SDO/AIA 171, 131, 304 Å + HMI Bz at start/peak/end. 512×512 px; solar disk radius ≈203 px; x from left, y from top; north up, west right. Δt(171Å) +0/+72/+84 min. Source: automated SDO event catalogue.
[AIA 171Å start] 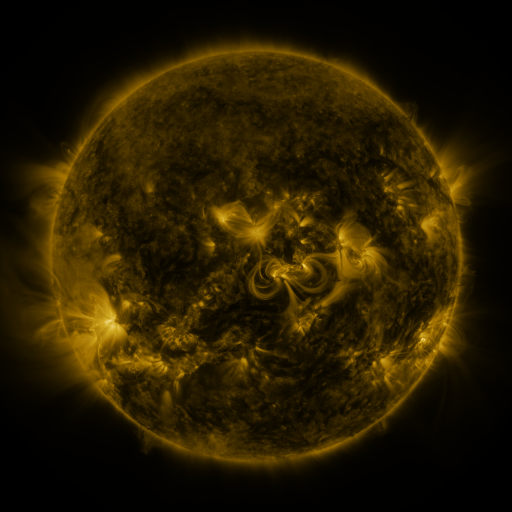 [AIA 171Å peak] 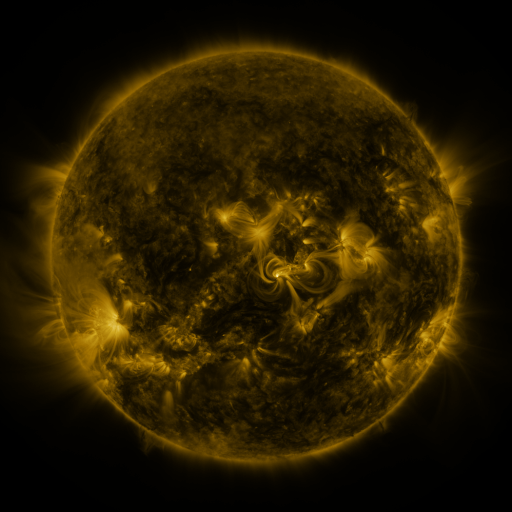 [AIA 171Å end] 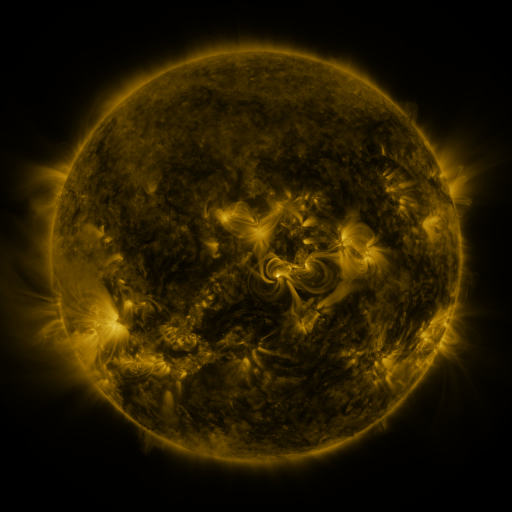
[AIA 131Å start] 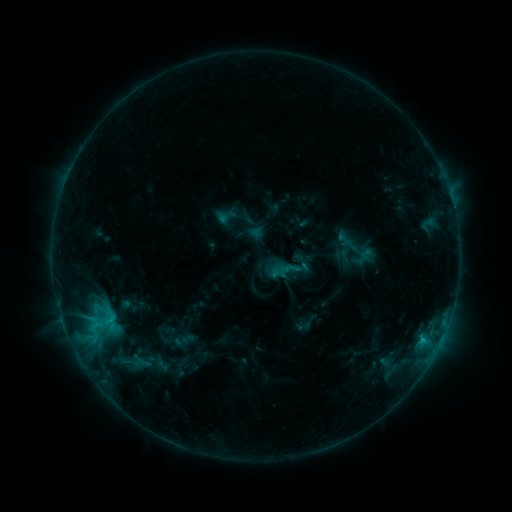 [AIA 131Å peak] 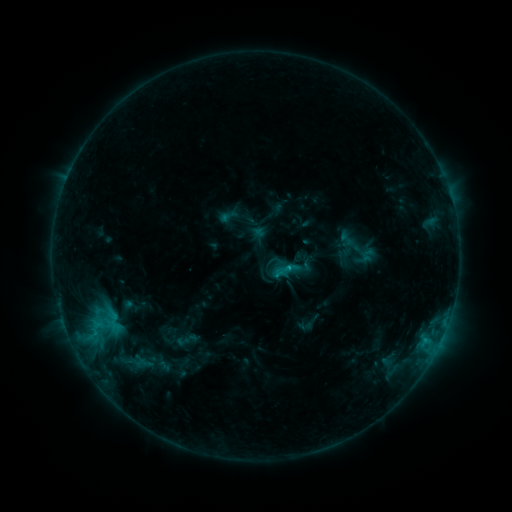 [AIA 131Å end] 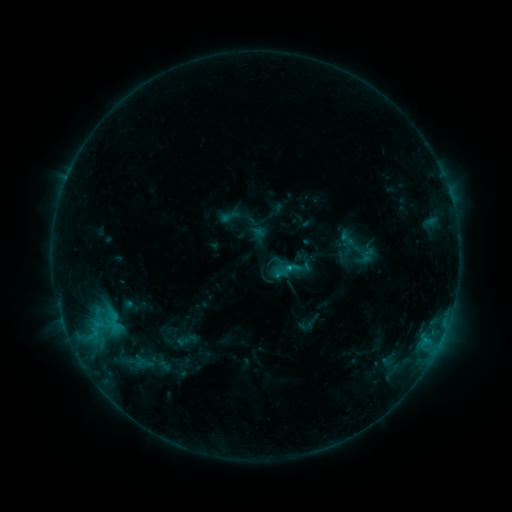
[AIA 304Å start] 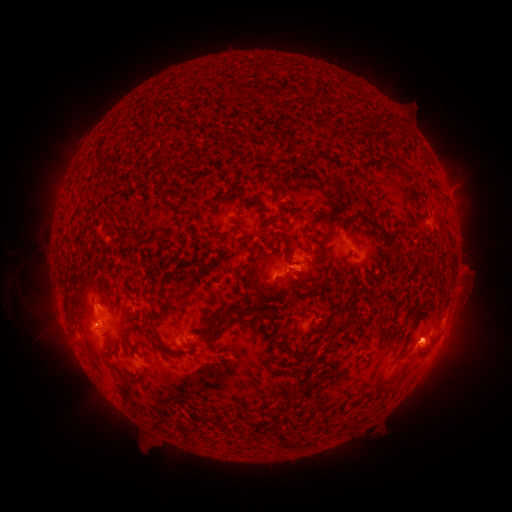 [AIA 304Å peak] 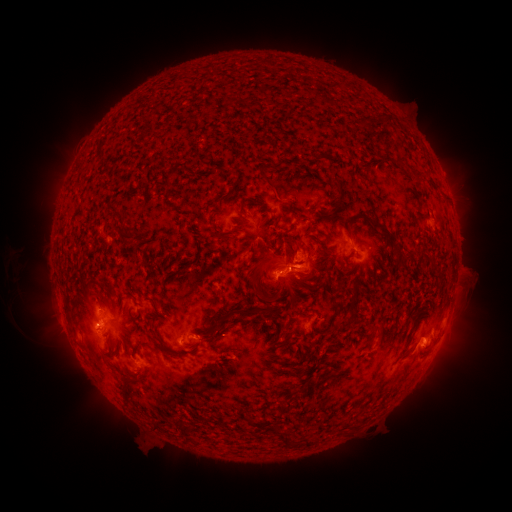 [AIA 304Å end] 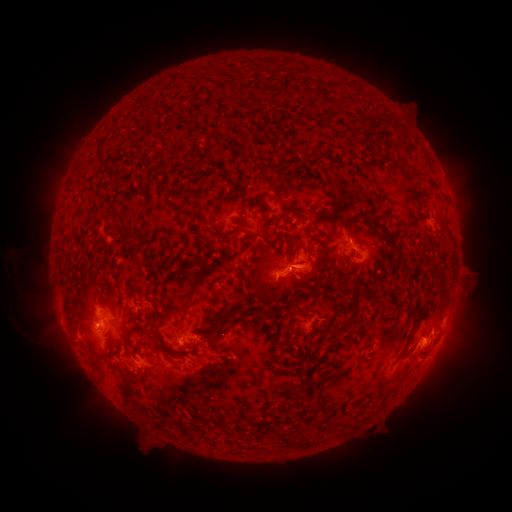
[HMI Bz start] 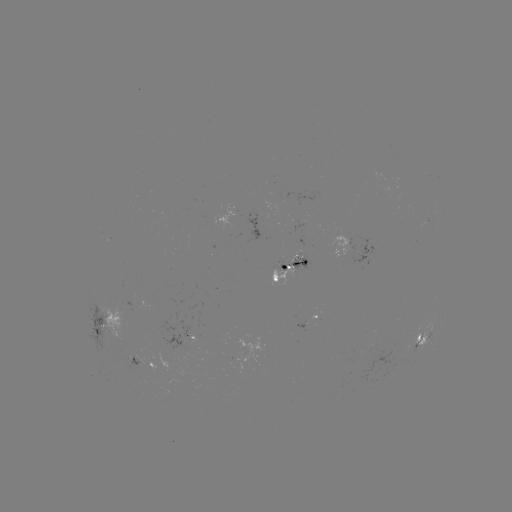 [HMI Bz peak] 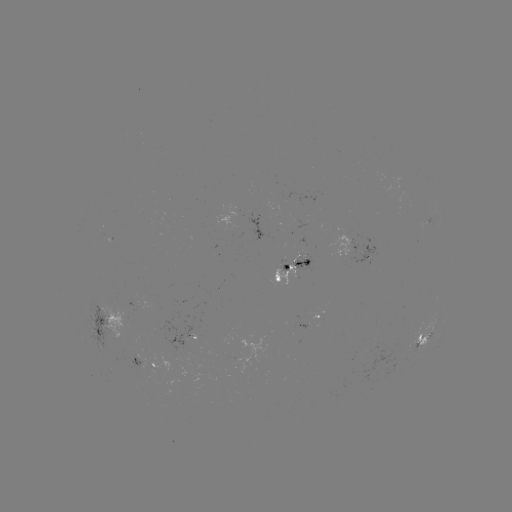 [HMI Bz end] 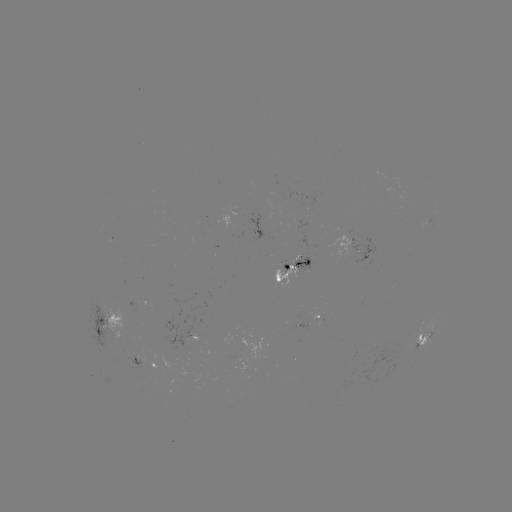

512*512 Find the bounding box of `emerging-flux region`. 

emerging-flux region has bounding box [325, 231, 352, 258].